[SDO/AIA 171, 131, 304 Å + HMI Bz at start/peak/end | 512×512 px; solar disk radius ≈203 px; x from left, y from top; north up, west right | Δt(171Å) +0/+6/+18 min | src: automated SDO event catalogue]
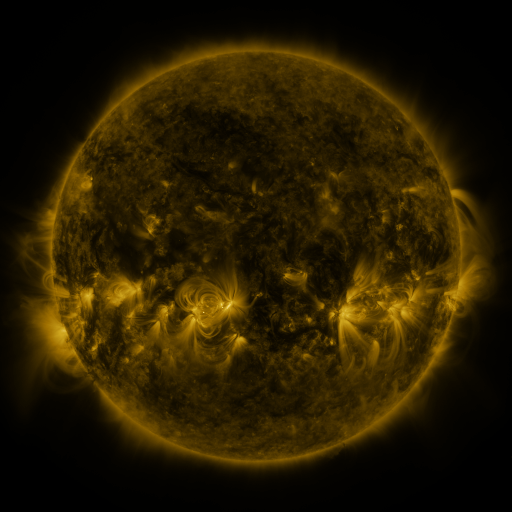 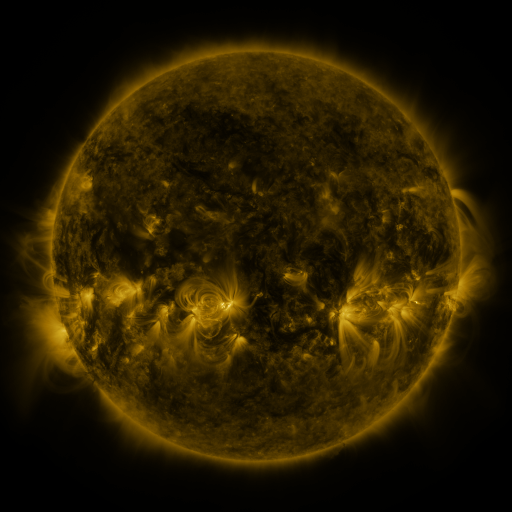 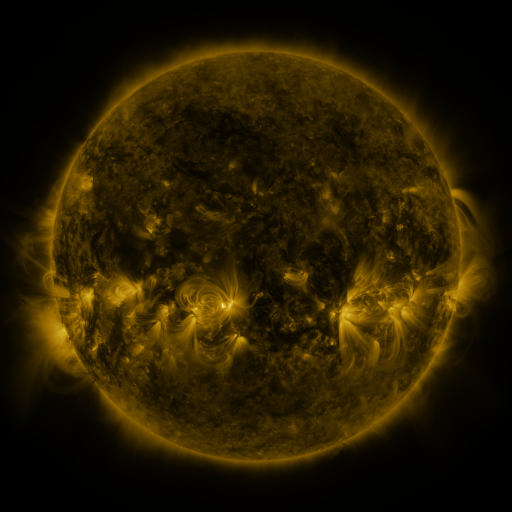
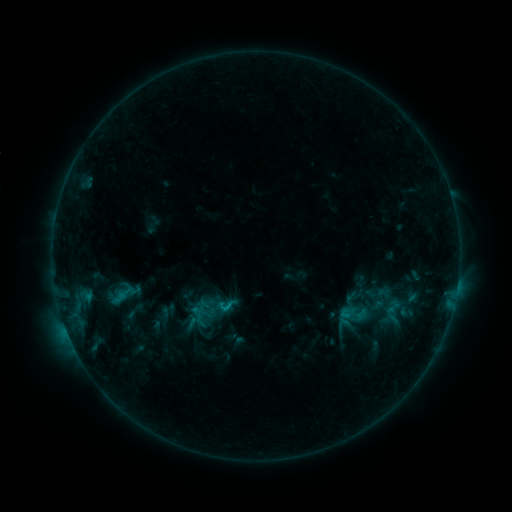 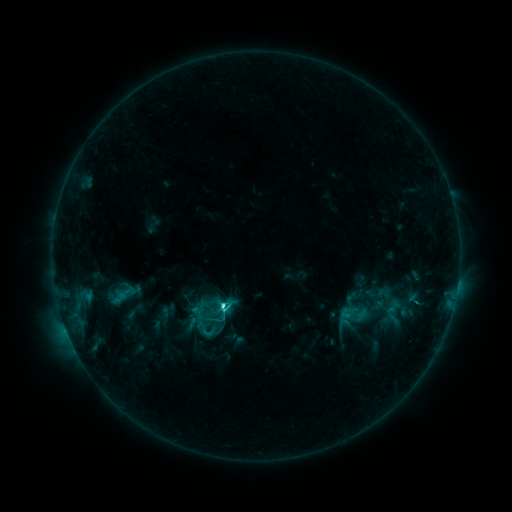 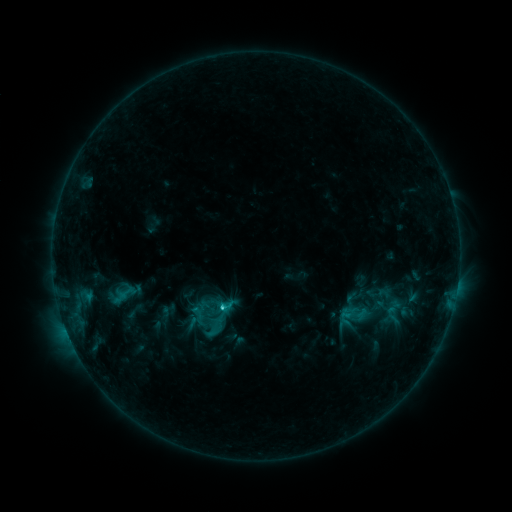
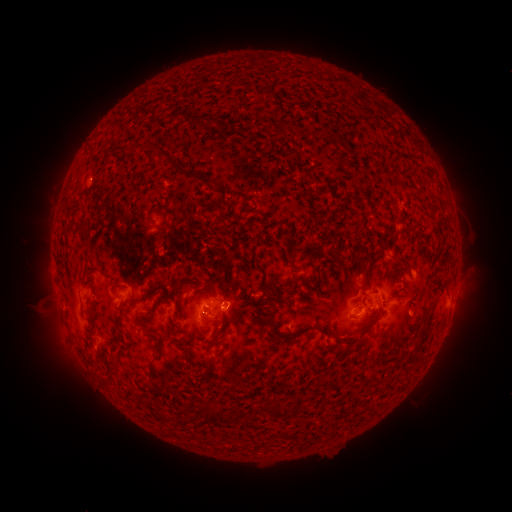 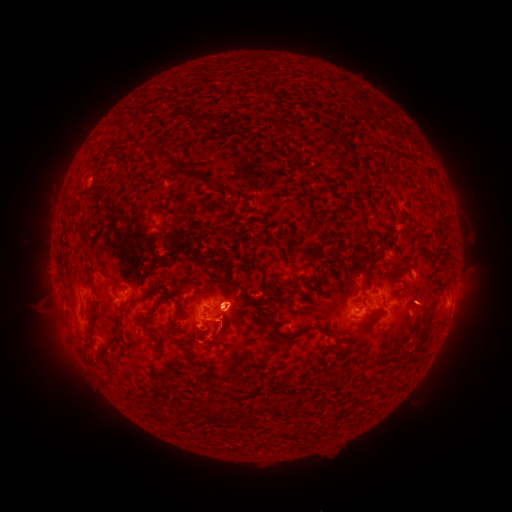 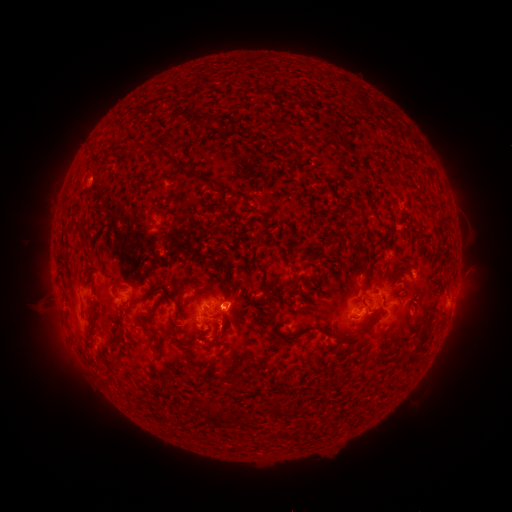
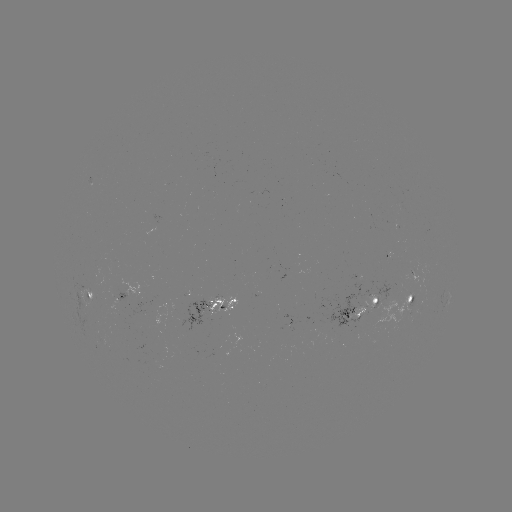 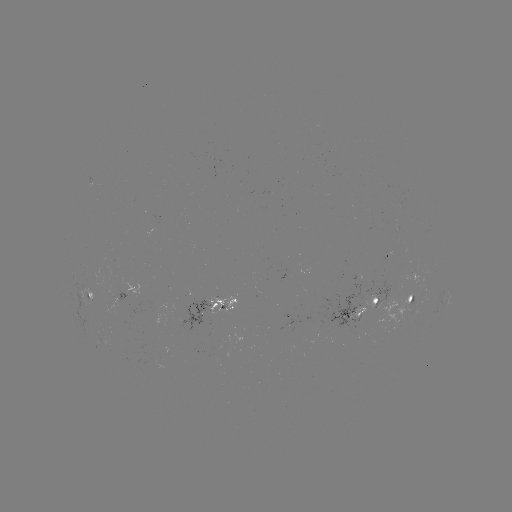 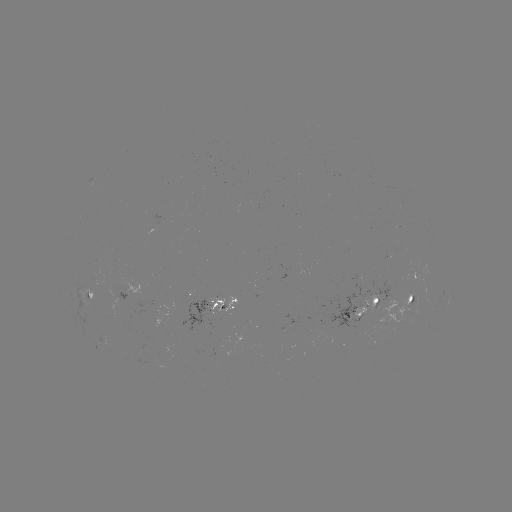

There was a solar flare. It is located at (225, 306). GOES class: C3.0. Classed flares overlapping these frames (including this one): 1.